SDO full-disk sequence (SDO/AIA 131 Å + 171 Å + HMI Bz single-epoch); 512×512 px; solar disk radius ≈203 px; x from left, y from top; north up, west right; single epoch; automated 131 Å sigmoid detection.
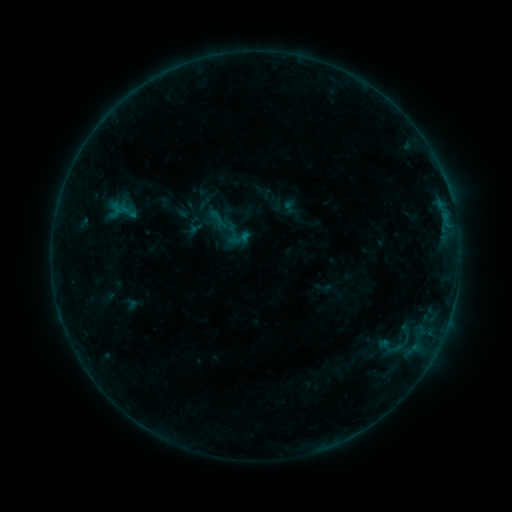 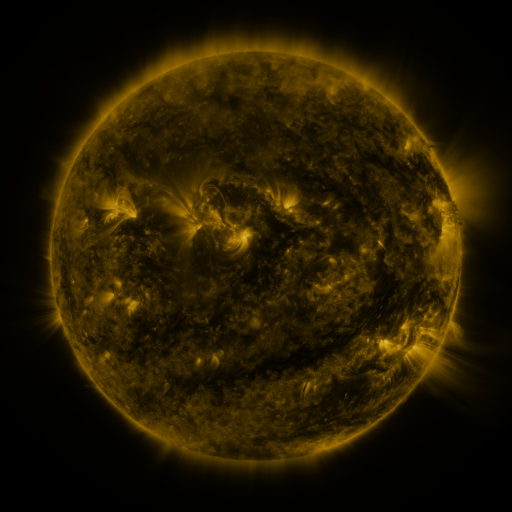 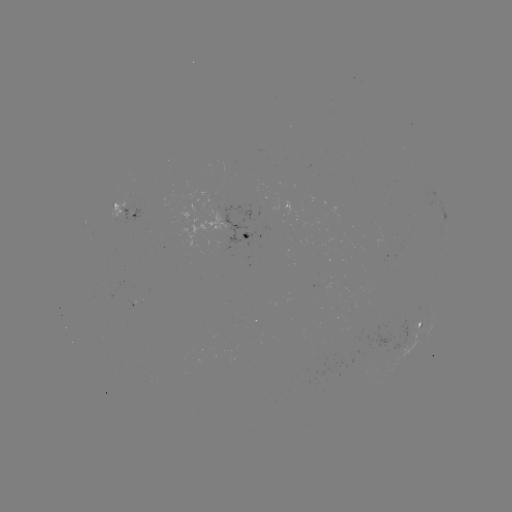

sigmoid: <bbox>377, 334, 403, 360</bbox>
